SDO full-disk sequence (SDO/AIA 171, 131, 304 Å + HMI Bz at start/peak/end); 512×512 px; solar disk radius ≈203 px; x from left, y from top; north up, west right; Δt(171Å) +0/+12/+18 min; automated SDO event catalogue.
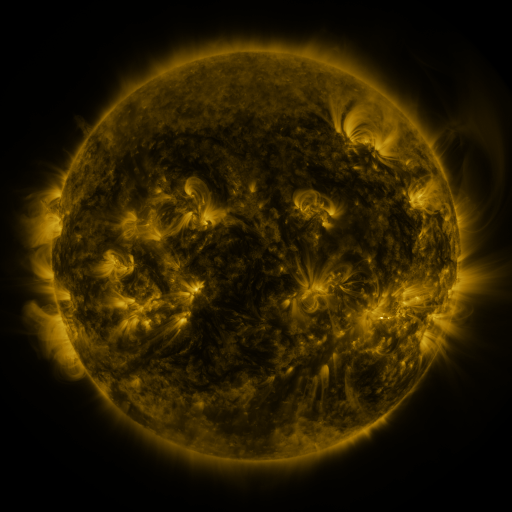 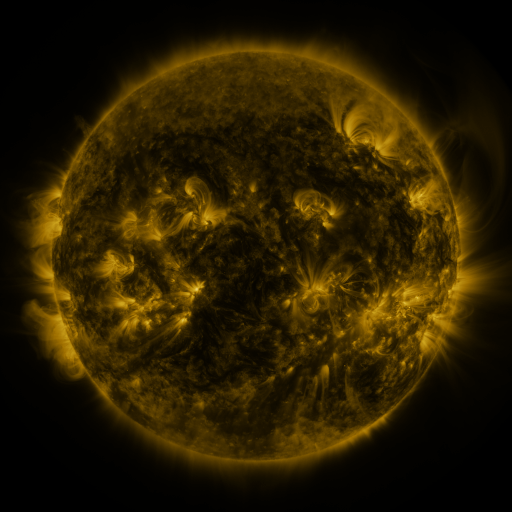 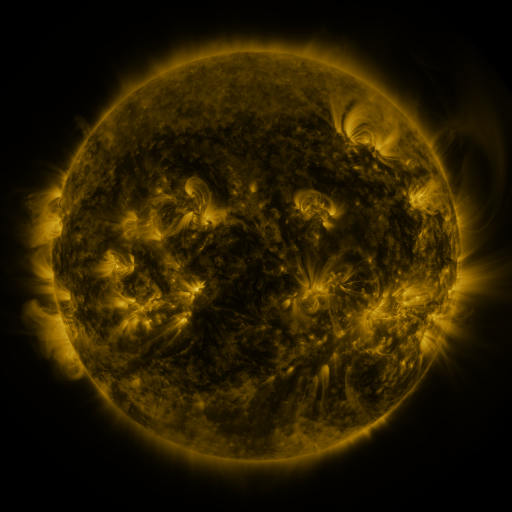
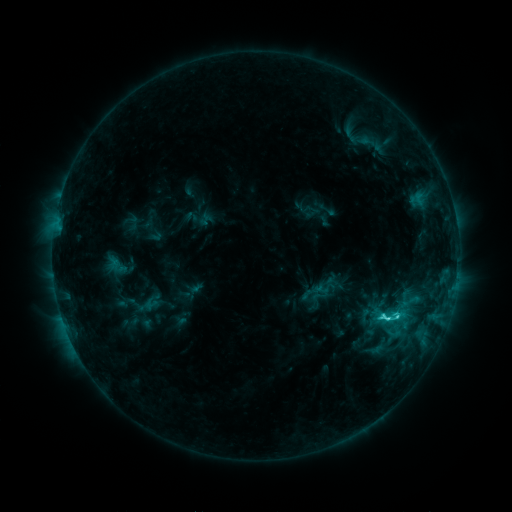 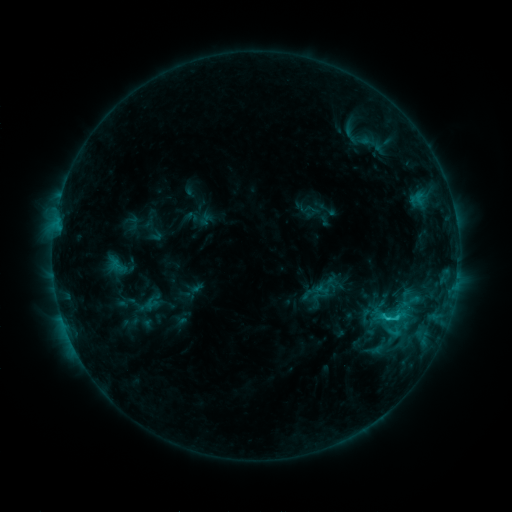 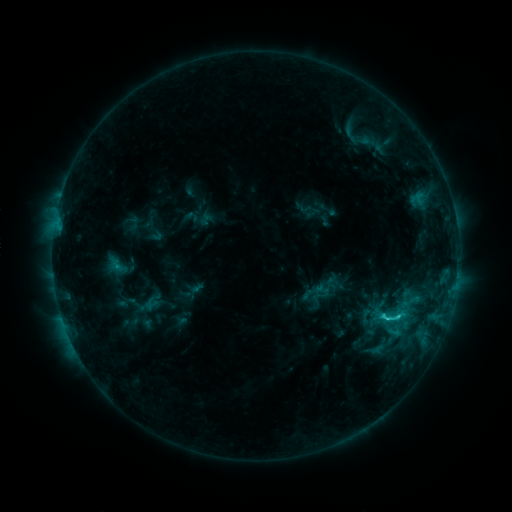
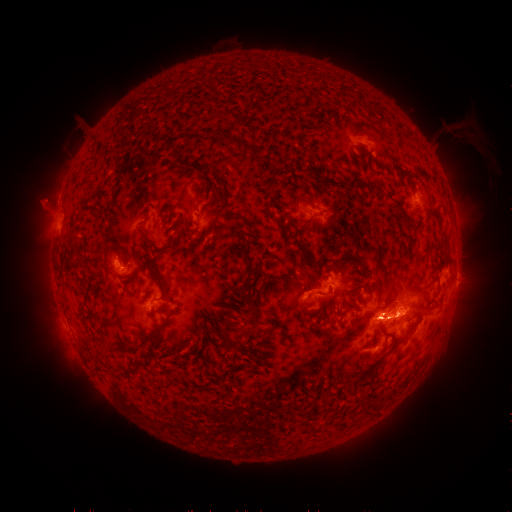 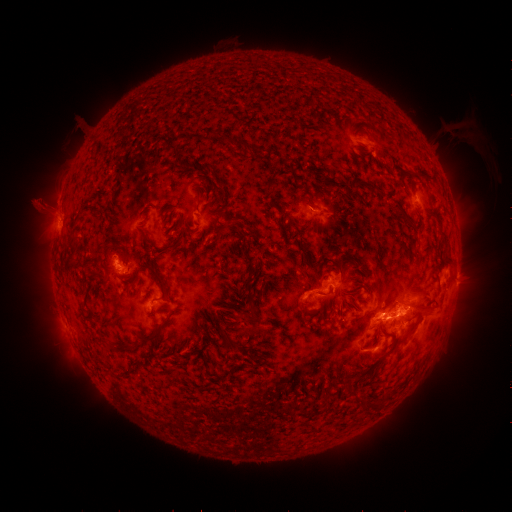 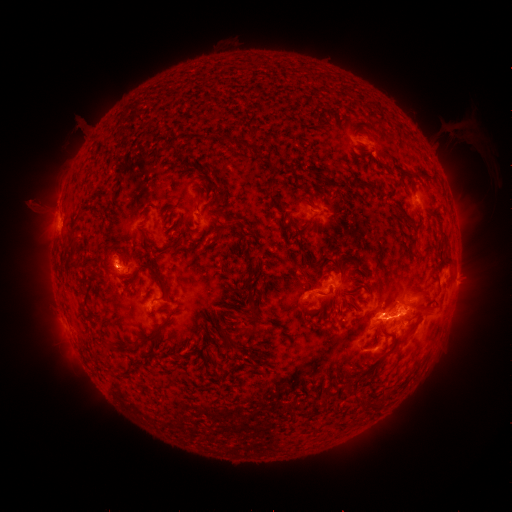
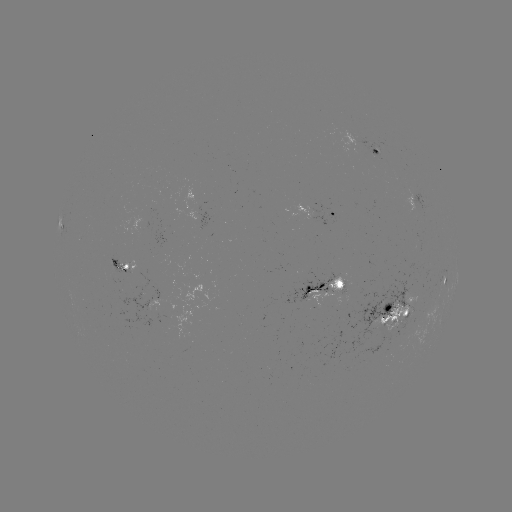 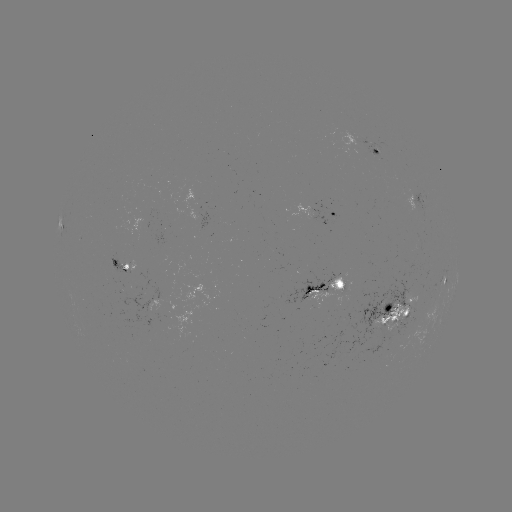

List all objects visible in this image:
eruption: (38, 203)
